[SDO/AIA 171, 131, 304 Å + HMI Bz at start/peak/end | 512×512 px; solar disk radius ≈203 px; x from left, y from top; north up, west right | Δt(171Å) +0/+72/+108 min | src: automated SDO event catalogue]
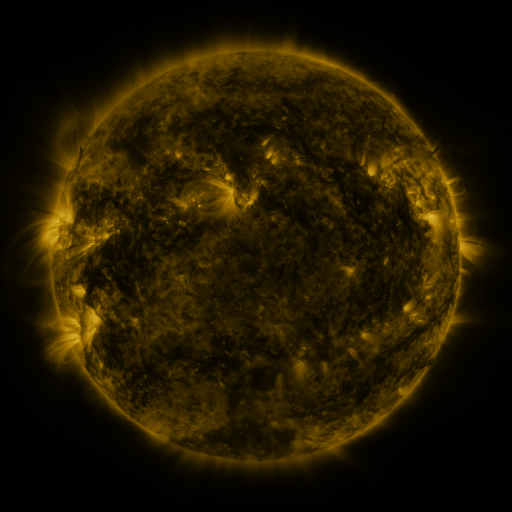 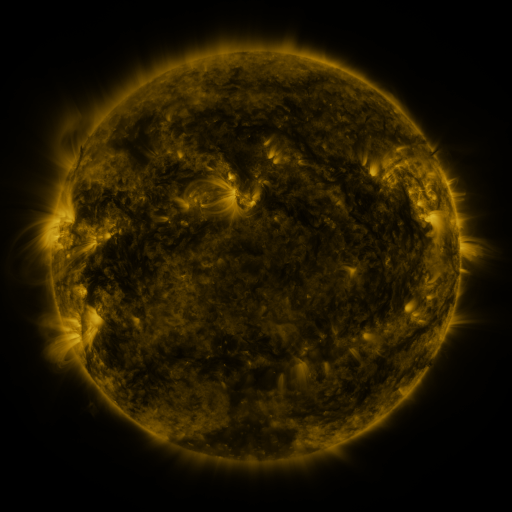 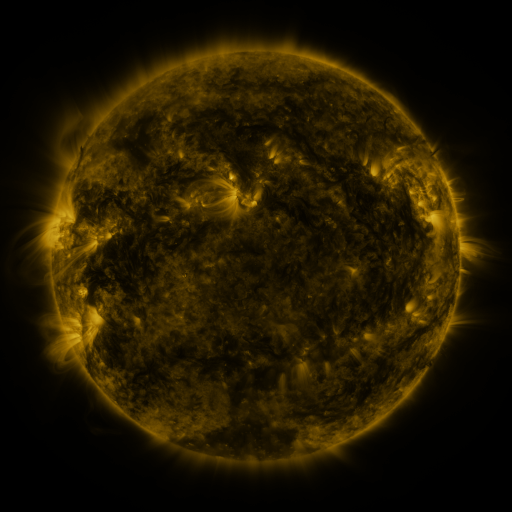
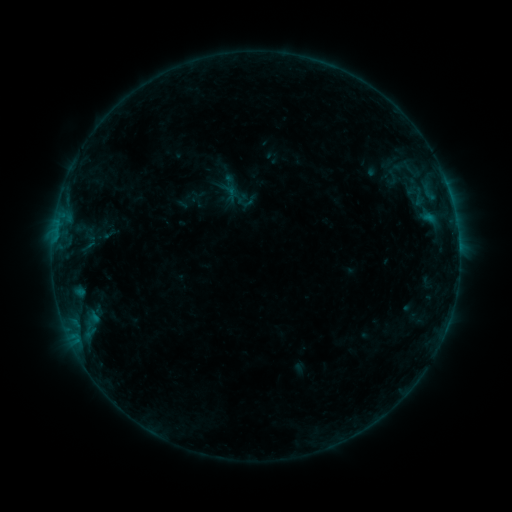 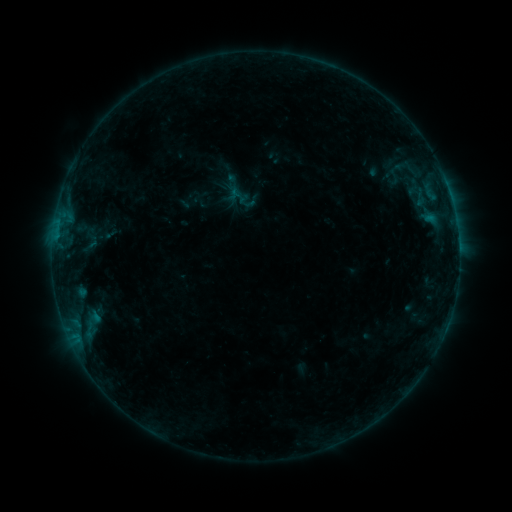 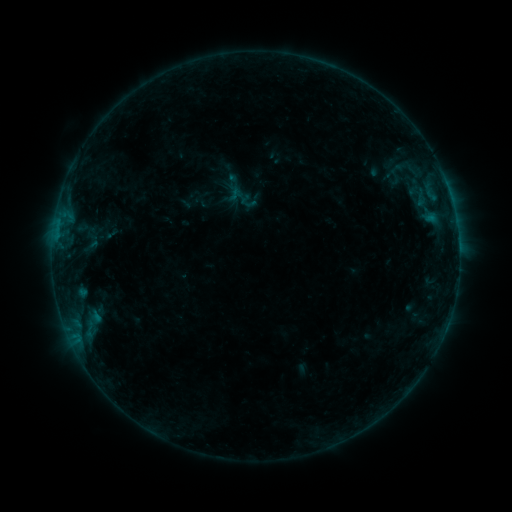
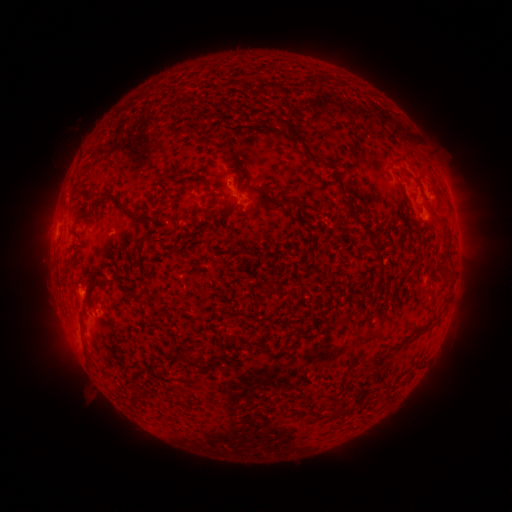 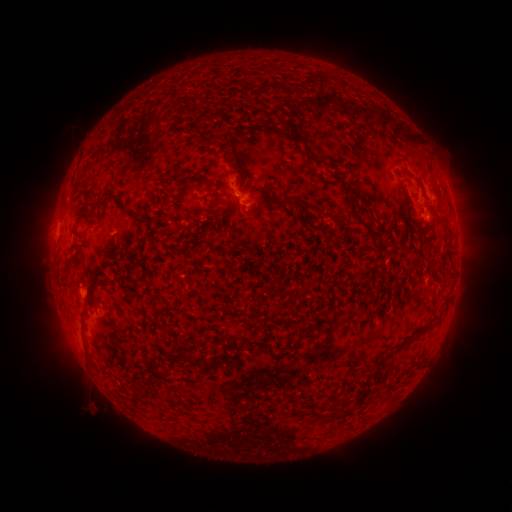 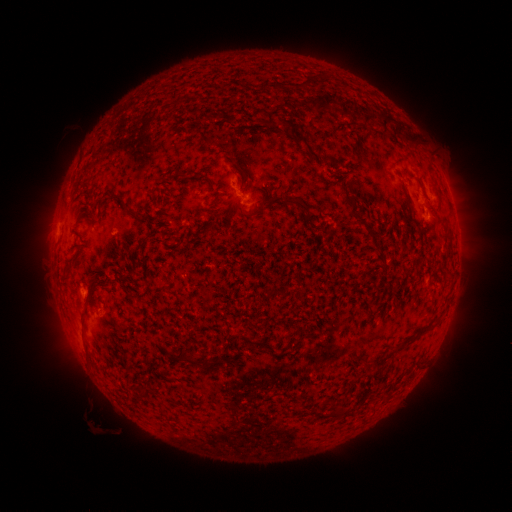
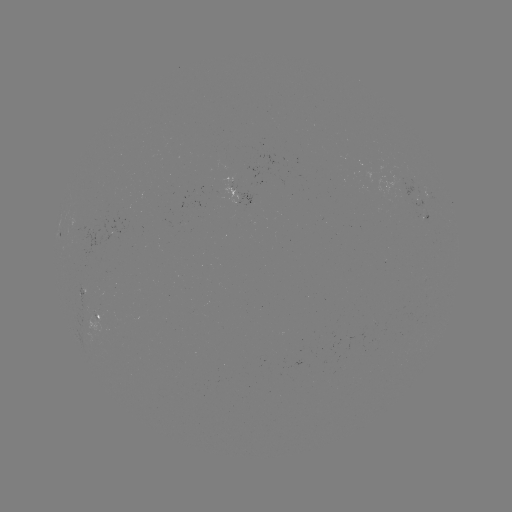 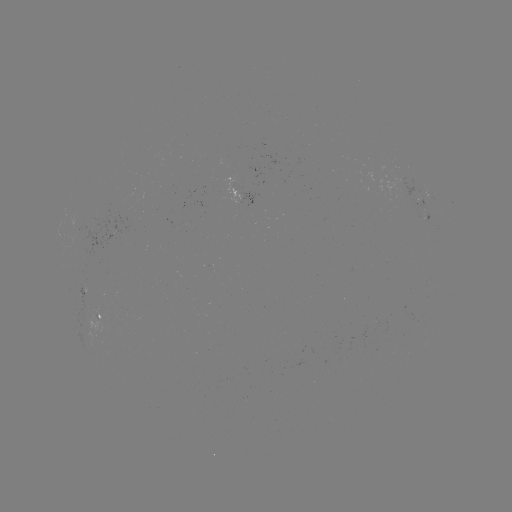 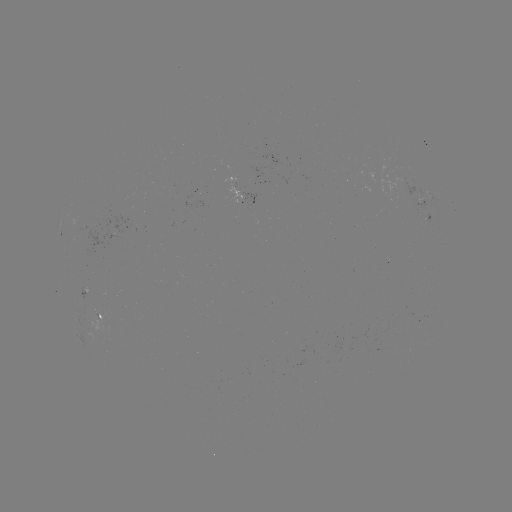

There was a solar emerging-flux region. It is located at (415, 199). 